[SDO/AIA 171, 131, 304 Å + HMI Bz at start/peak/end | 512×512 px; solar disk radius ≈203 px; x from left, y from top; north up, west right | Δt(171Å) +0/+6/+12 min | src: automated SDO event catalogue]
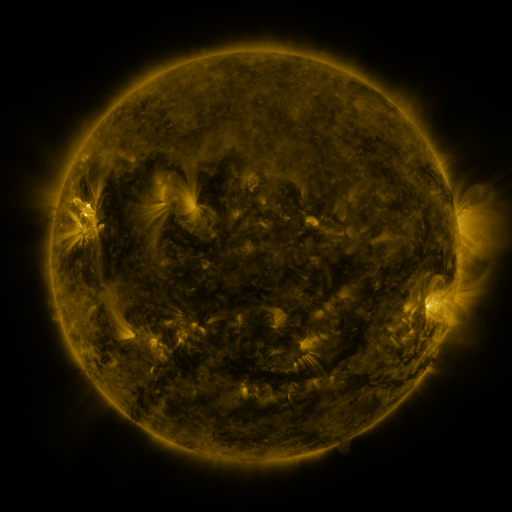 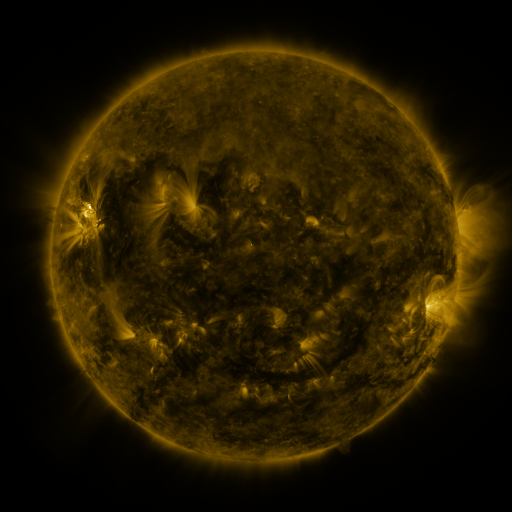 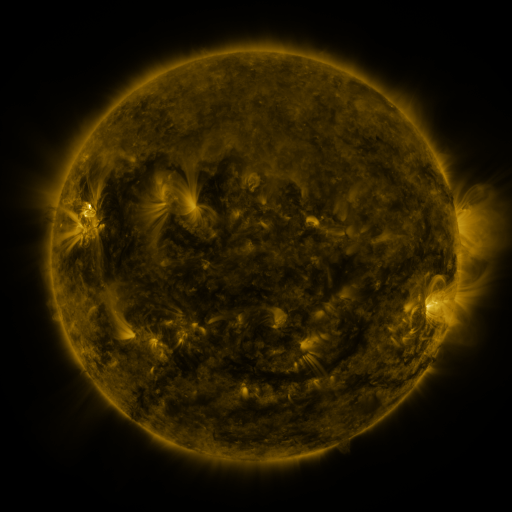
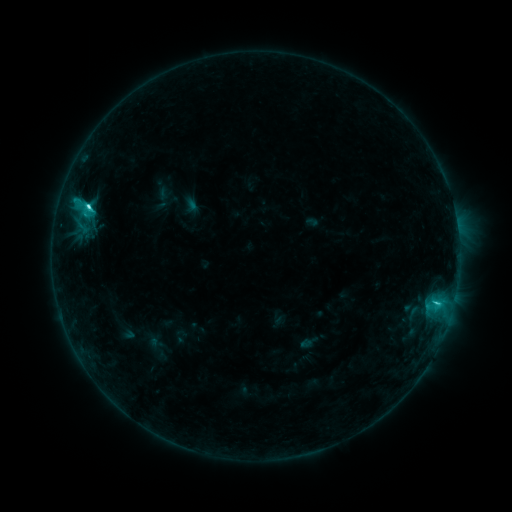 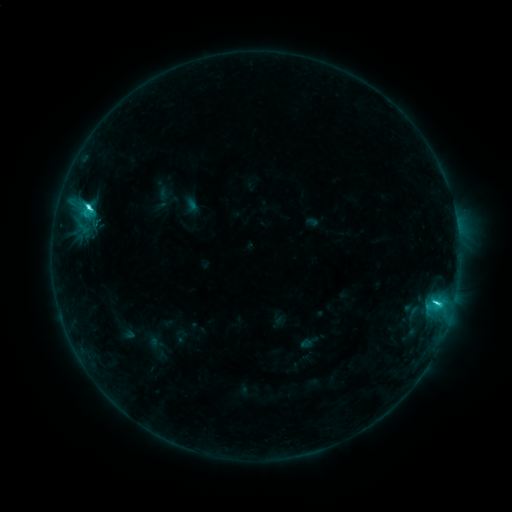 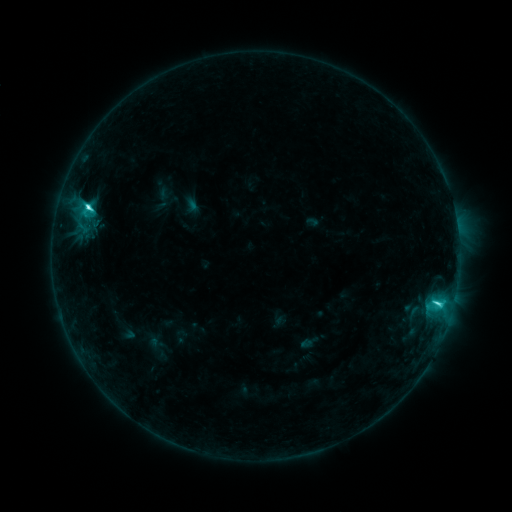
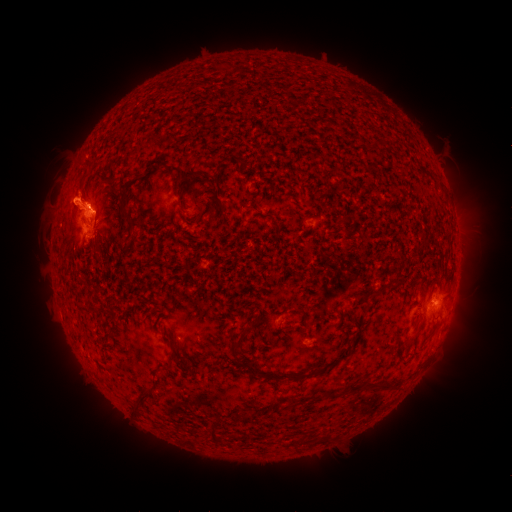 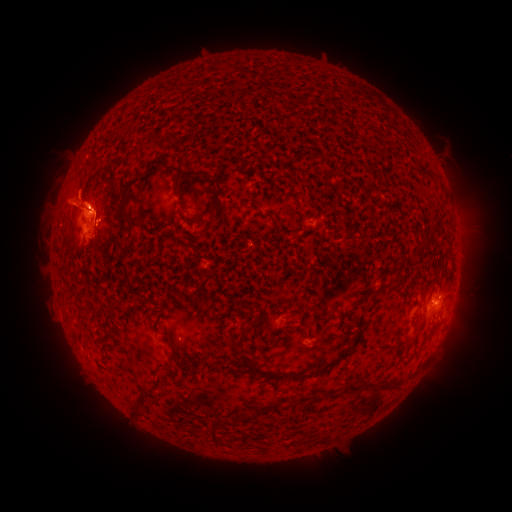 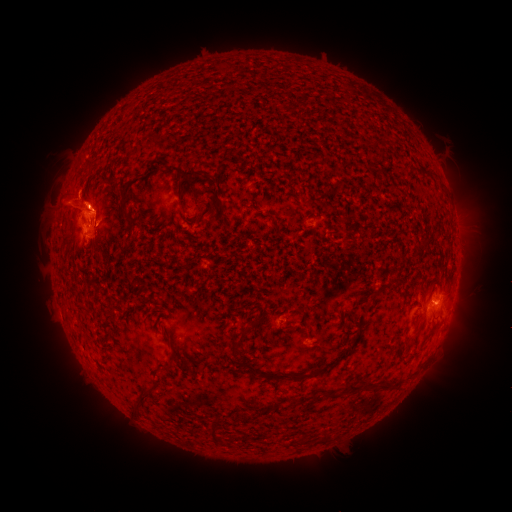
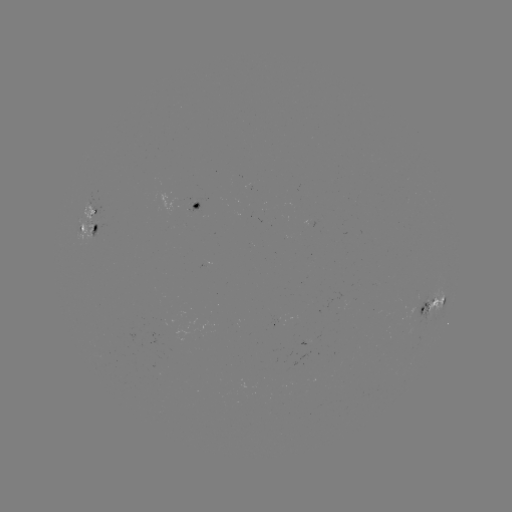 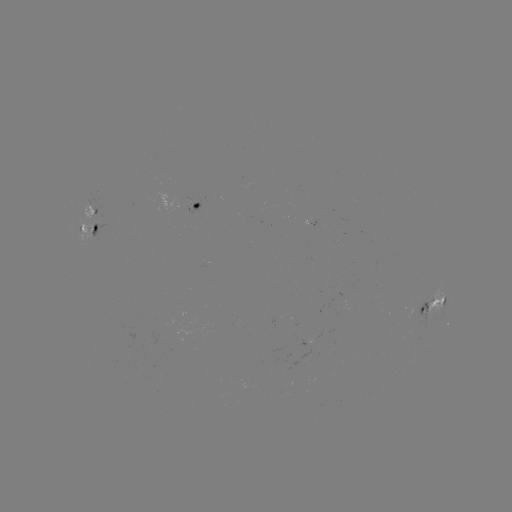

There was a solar eruption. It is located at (63, 202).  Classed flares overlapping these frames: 1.